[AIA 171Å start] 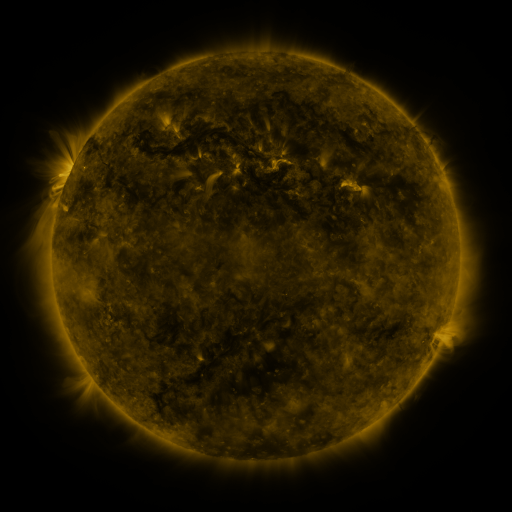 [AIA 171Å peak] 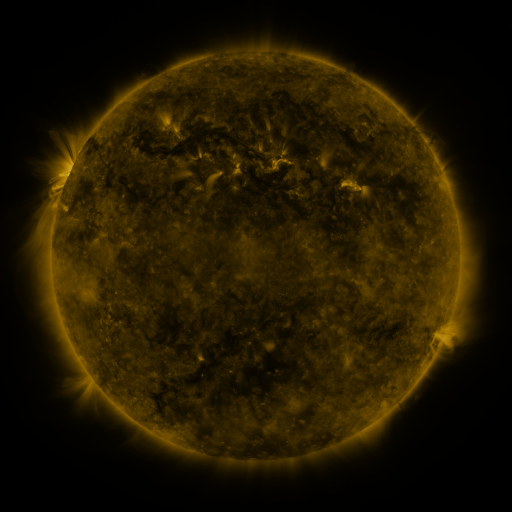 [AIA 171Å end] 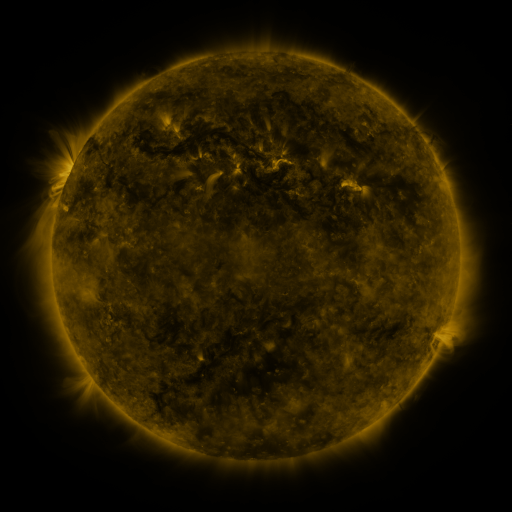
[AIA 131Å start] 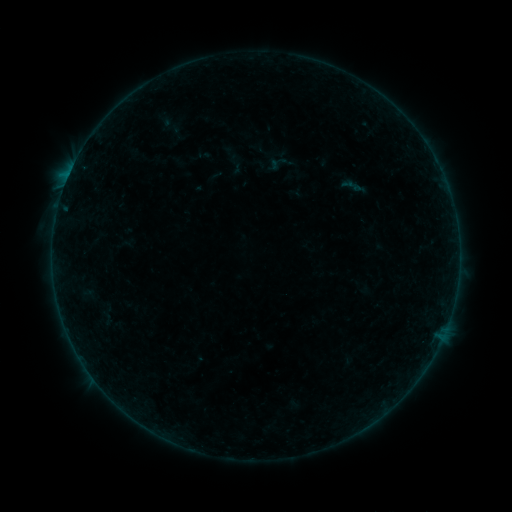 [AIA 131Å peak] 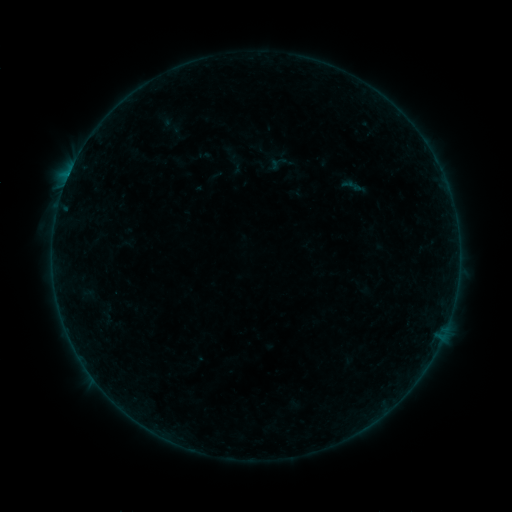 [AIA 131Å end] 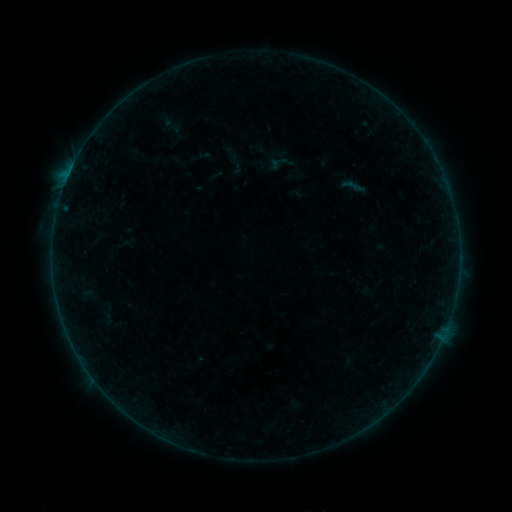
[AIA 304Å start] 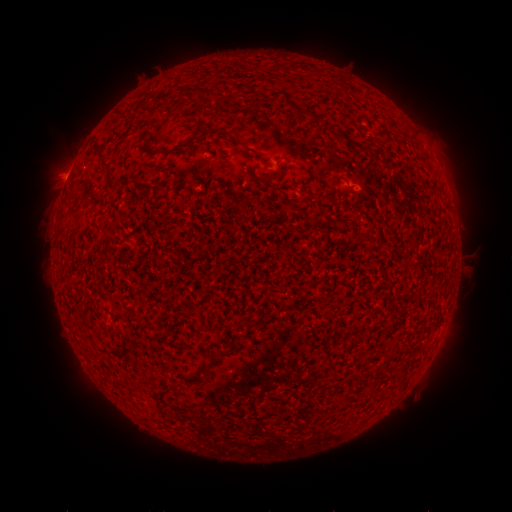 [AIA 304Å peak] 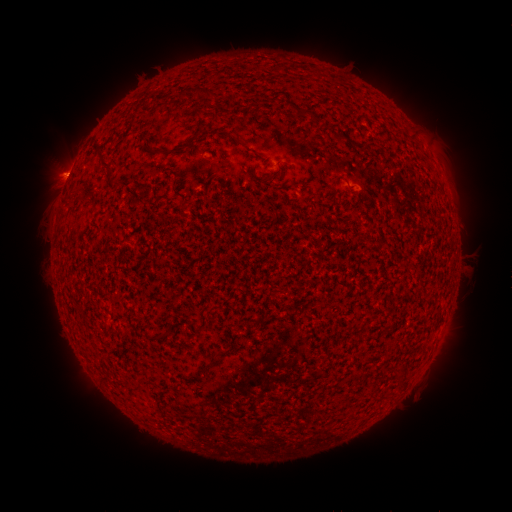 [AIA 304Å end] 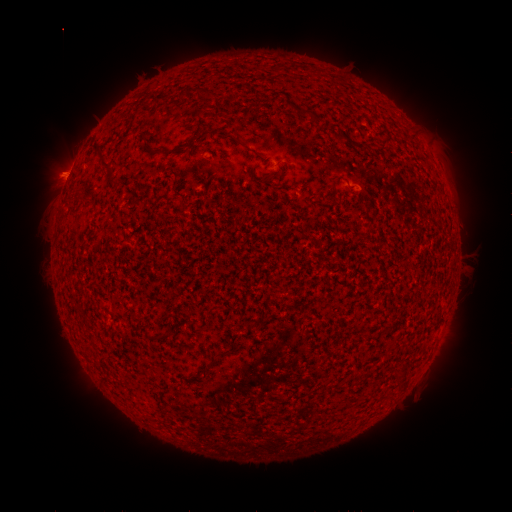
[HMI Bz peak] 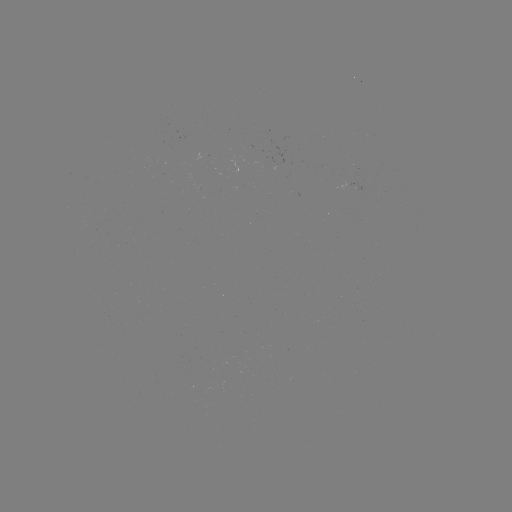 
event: eruption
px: (62, 170)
